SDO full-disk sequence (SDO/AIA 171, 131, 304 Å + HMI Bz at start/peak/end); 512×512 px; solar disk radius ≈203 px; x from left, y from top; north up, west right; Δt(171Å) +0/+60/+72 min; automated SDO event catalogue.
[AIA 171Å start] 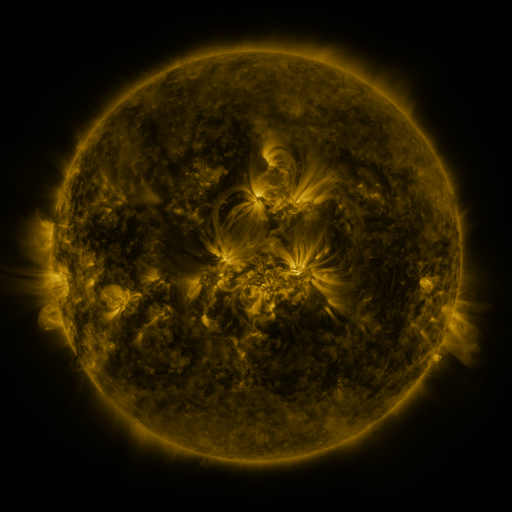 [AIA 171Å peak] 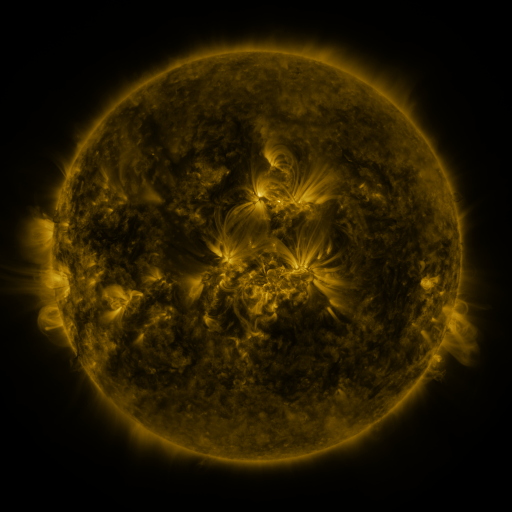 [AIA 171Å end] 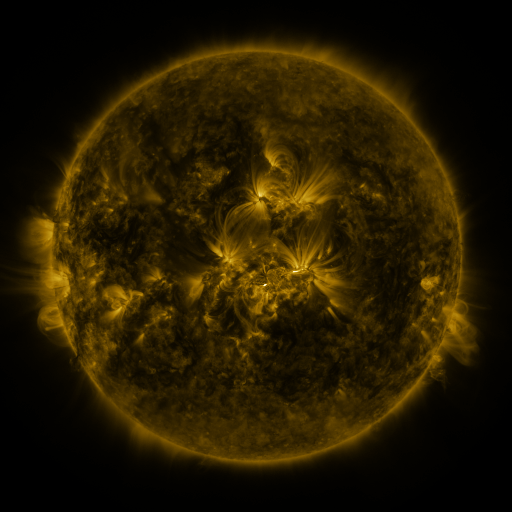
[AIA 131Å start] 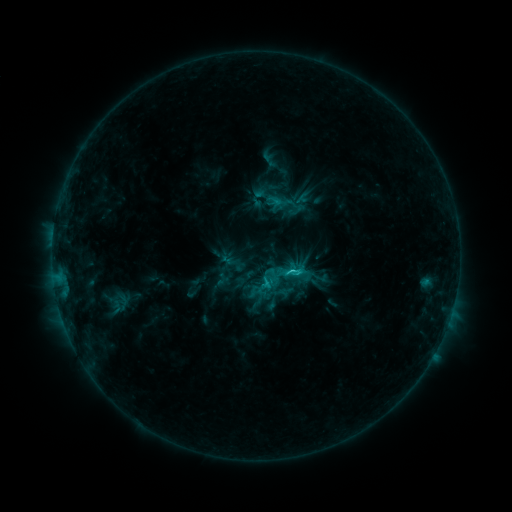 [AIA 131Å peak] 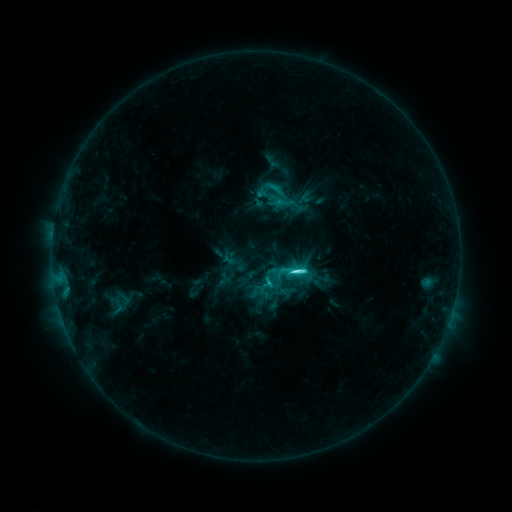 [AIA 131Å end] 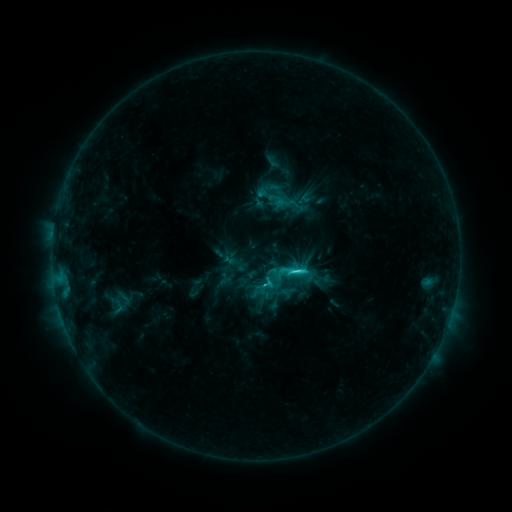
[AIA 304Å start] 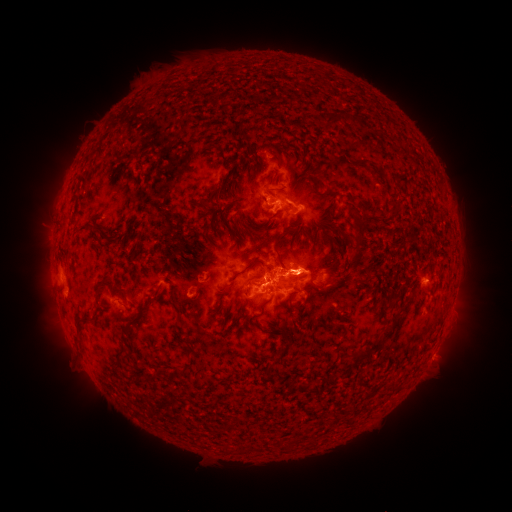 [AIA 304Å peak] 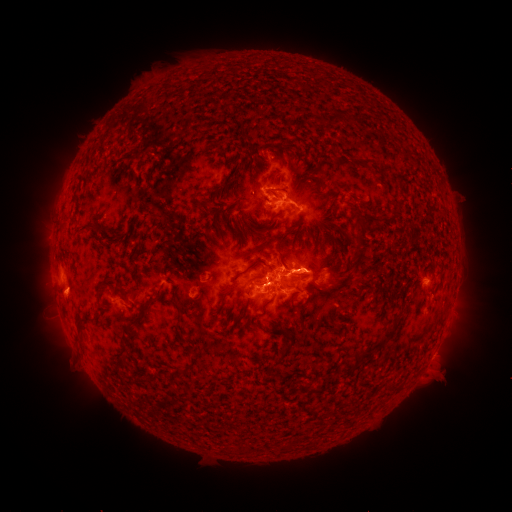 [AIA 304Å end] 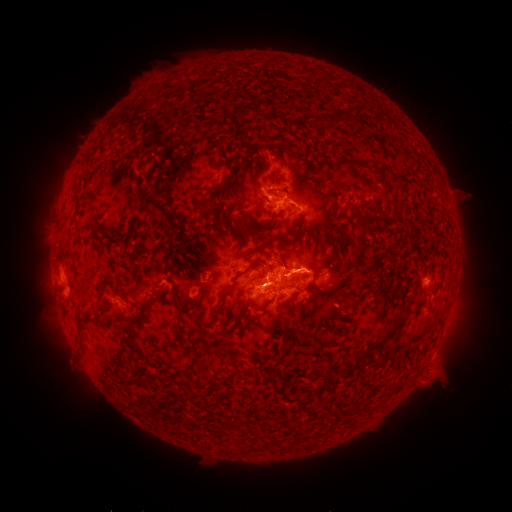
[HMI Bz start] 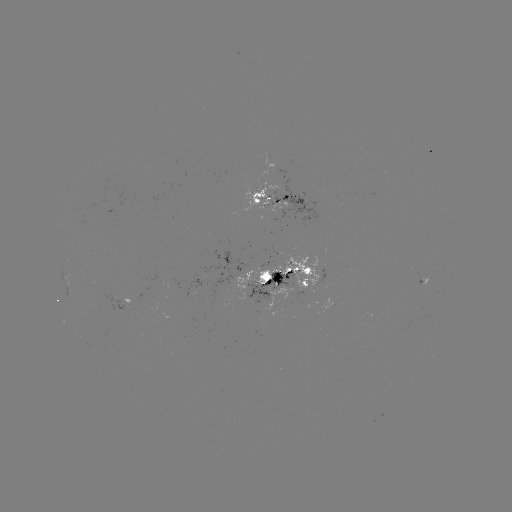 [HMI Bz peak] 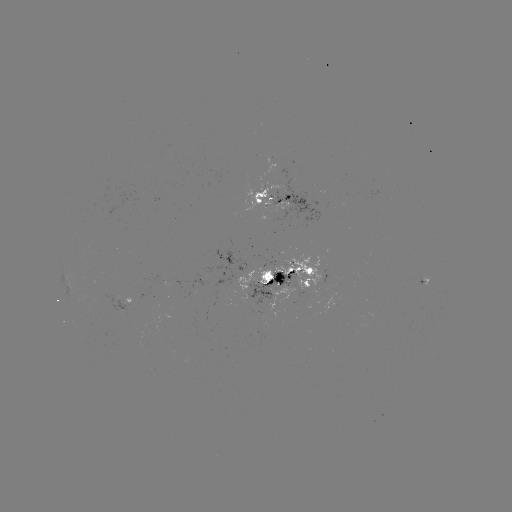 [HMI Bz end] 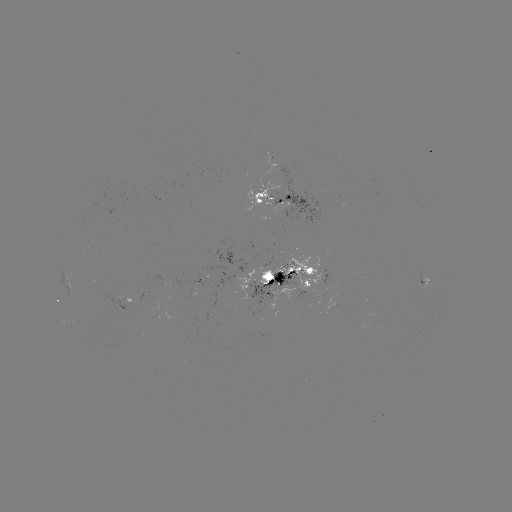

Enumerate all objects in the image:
emerging-flux region: (257, 196)
